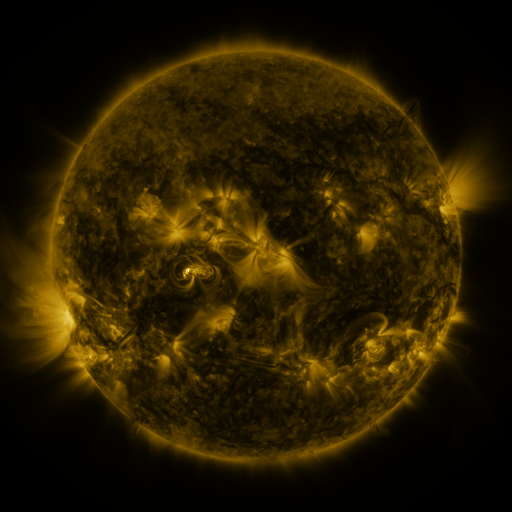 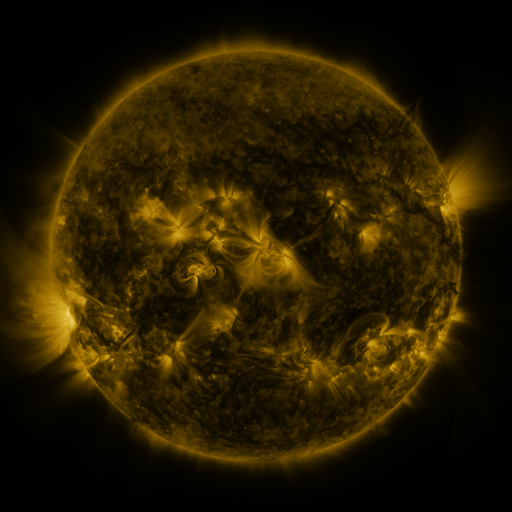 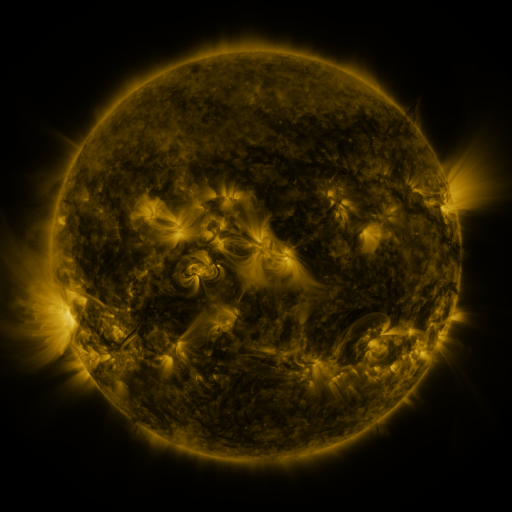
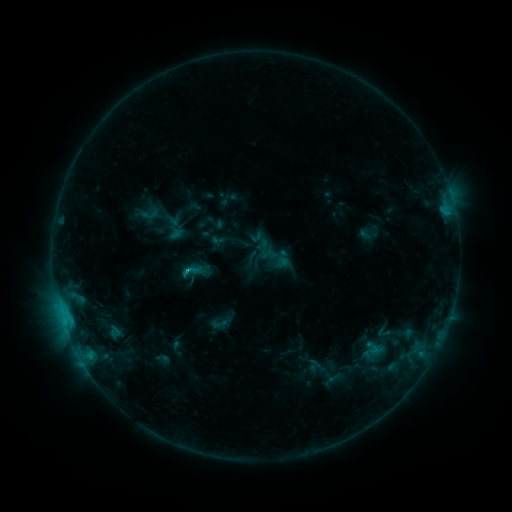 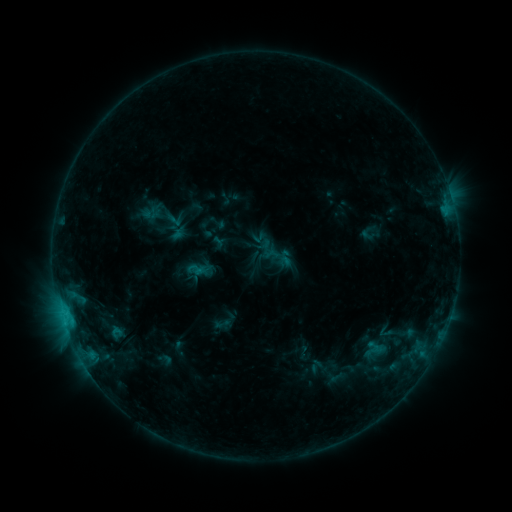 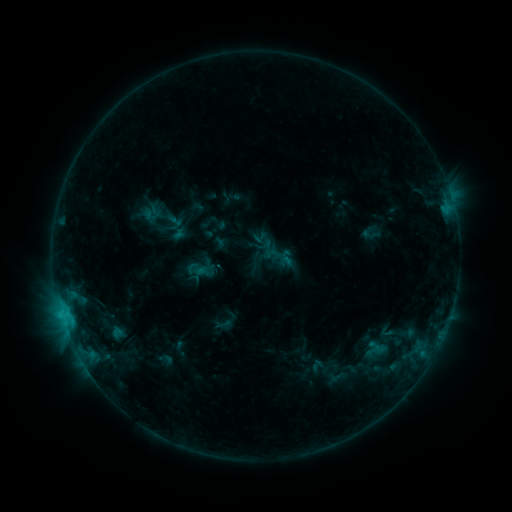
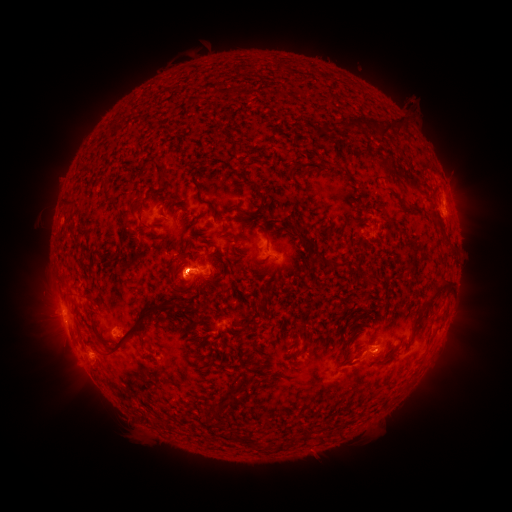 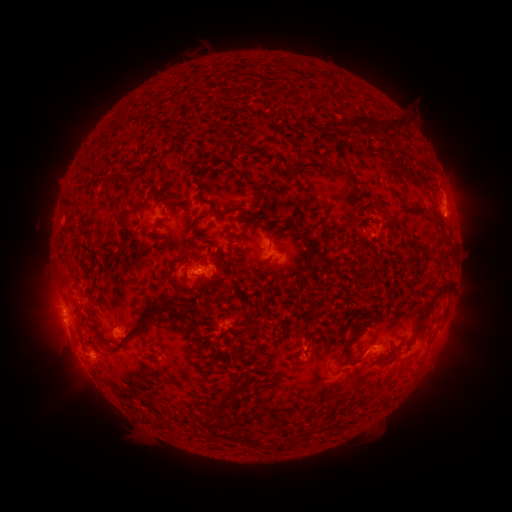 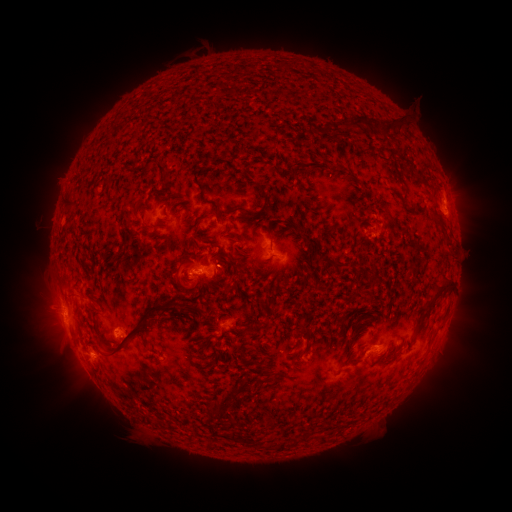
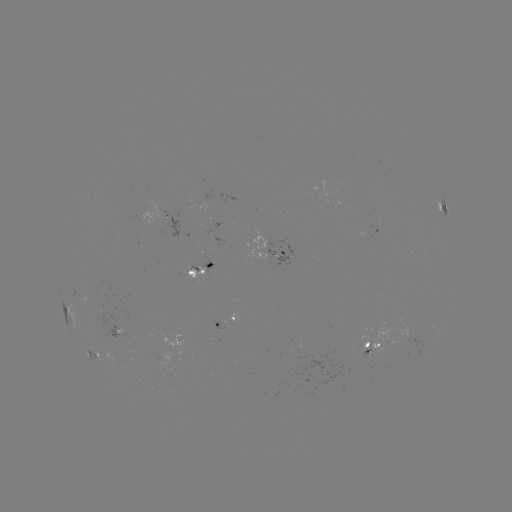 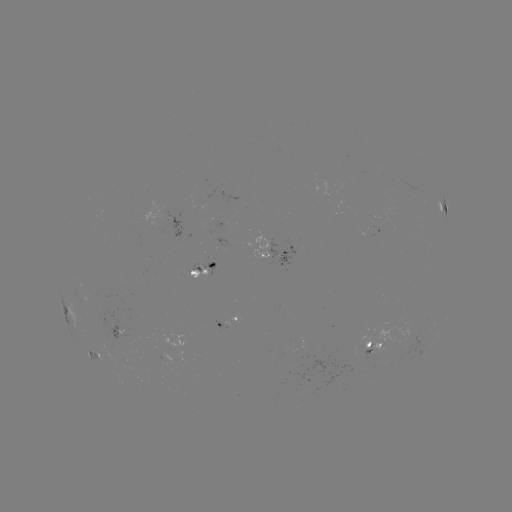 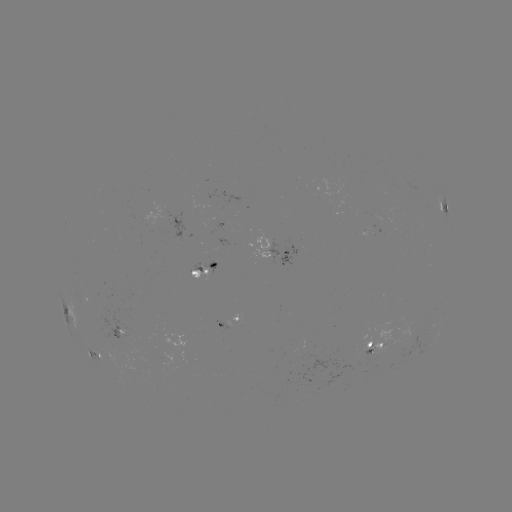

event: emerging-flux region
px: (209, 263)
